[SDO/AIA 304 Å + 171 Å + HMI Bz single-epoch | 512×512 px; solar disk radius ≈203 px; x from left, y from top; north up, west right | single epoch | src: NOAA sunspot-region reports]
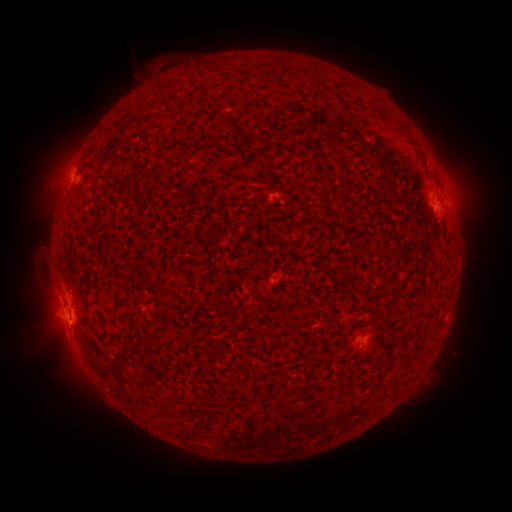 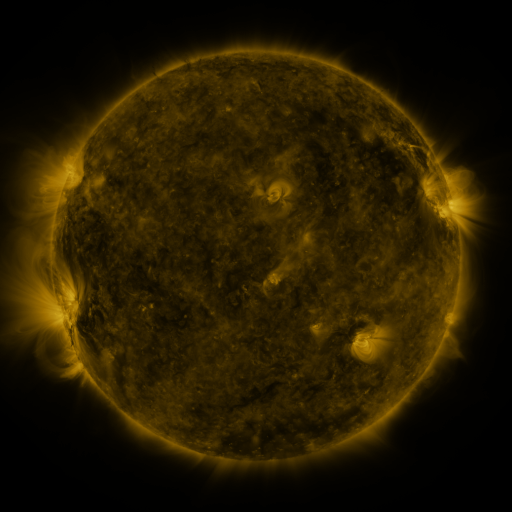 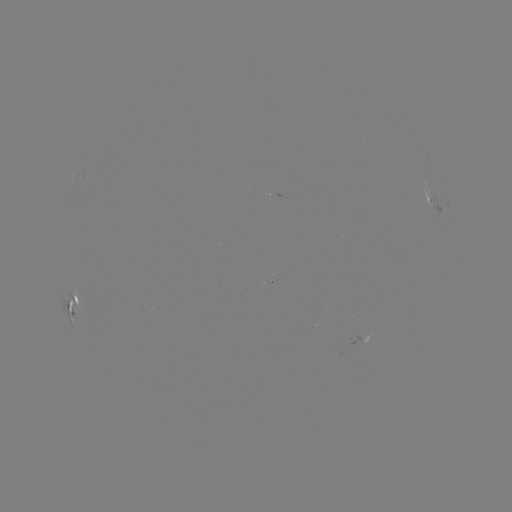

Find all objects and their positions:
spotted active region: (437, 207)
spotted active region: (71, 296)
